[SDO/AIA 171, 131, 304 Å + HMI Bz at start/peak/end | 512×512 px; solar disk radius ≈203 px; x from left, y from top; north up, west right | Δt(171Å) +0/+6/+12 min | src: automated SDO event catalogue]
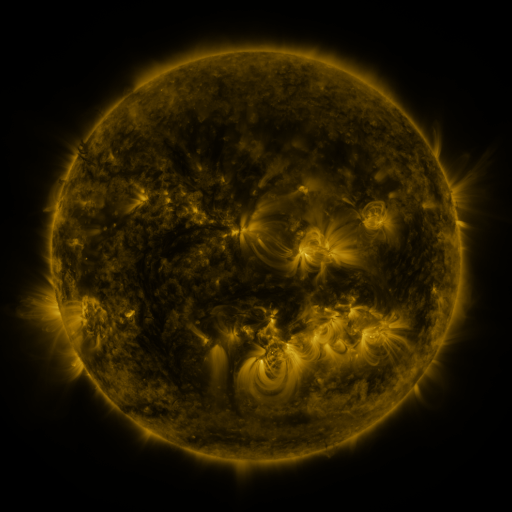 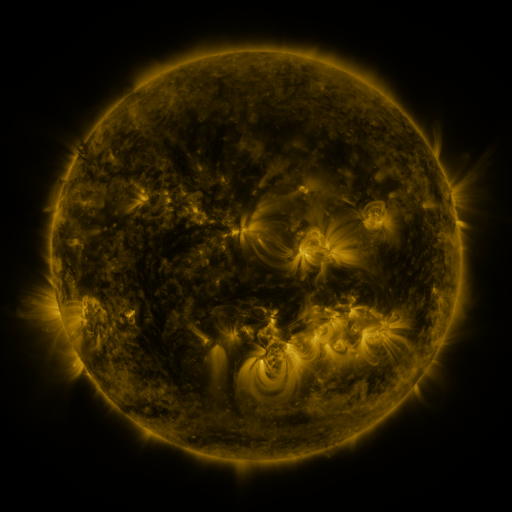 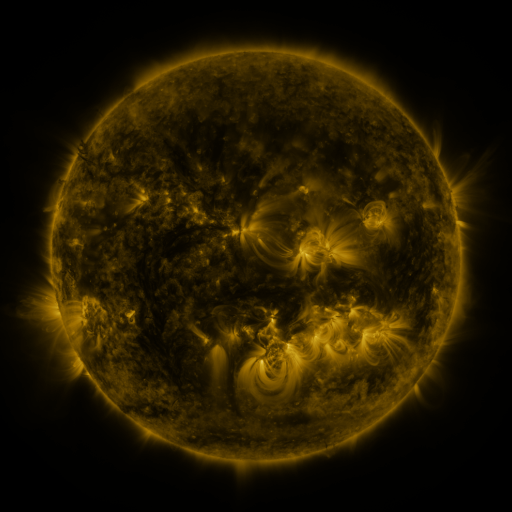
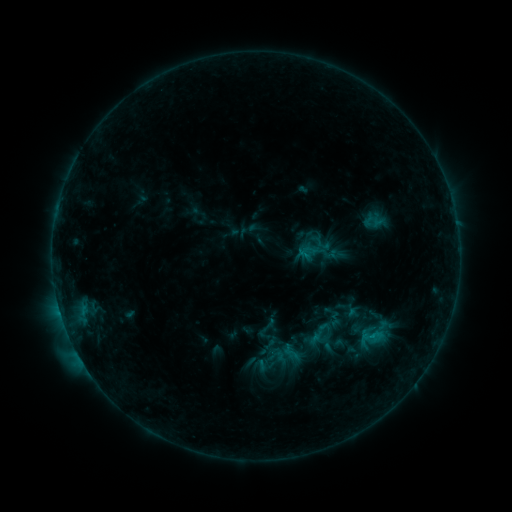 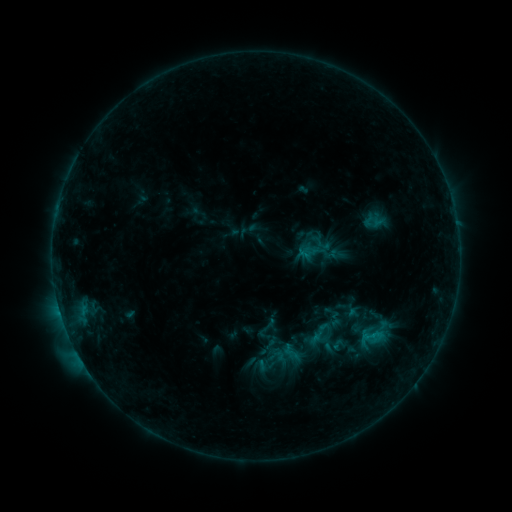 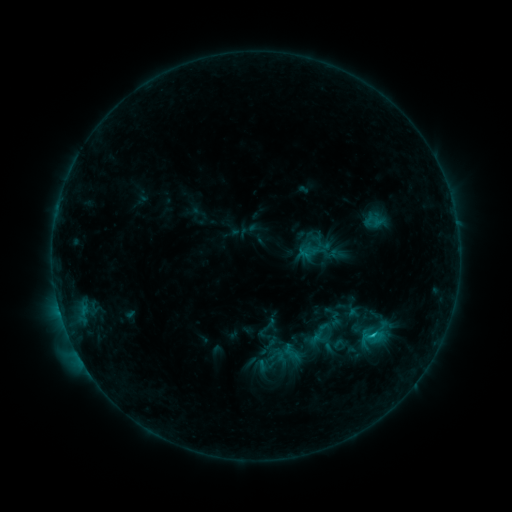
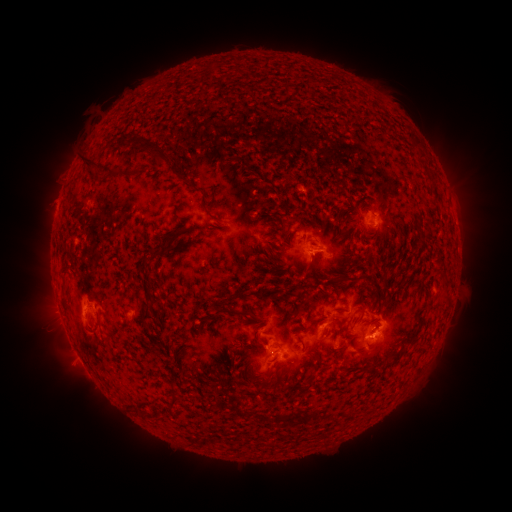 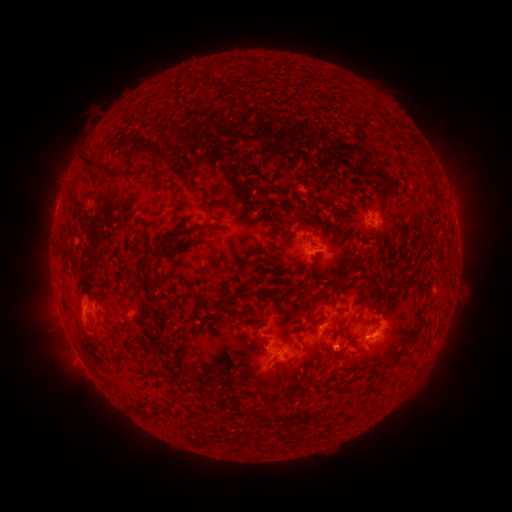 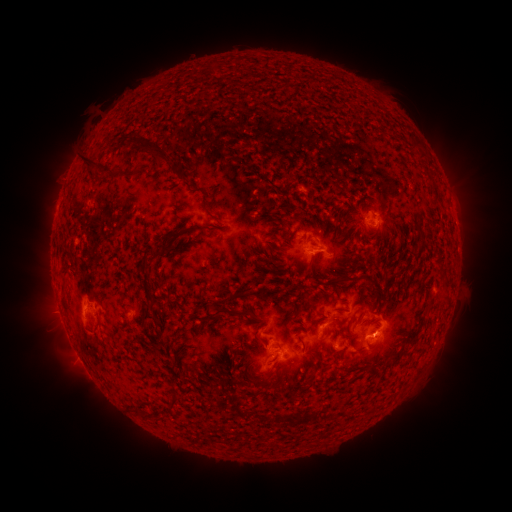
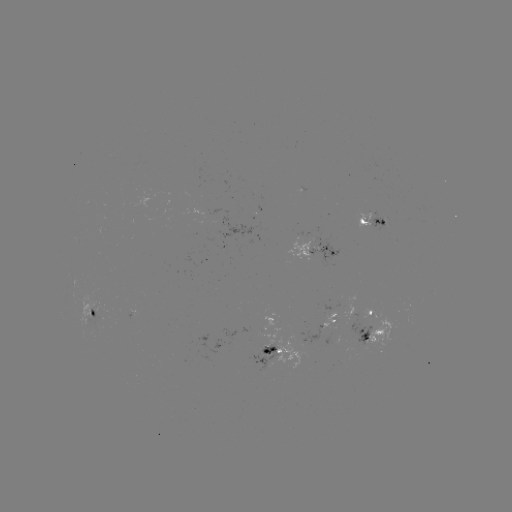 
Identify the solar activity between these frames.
C1.5 flare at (373, 333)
